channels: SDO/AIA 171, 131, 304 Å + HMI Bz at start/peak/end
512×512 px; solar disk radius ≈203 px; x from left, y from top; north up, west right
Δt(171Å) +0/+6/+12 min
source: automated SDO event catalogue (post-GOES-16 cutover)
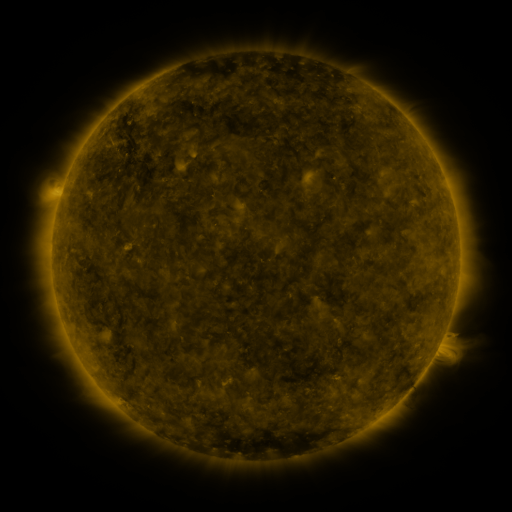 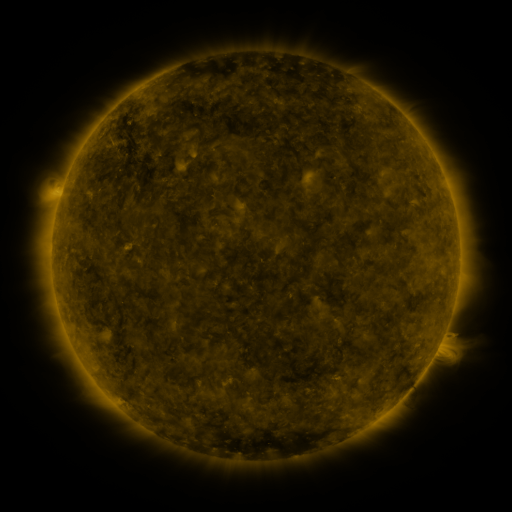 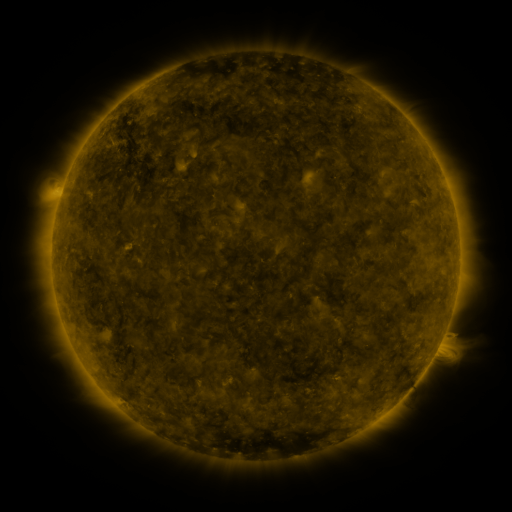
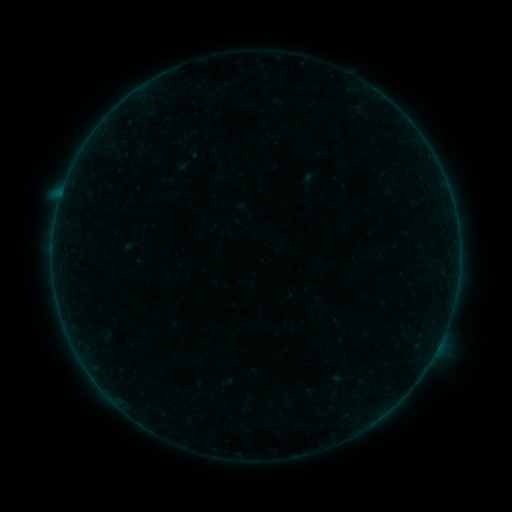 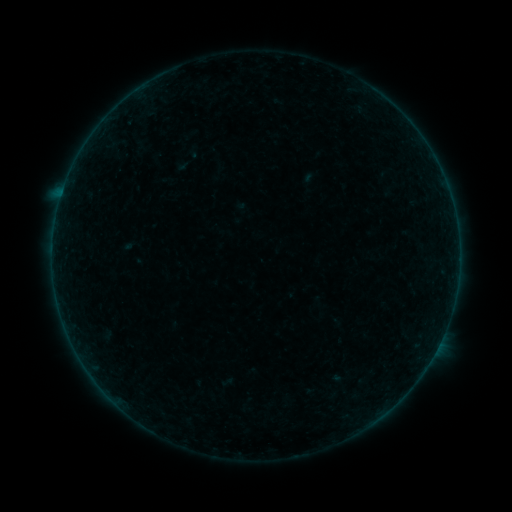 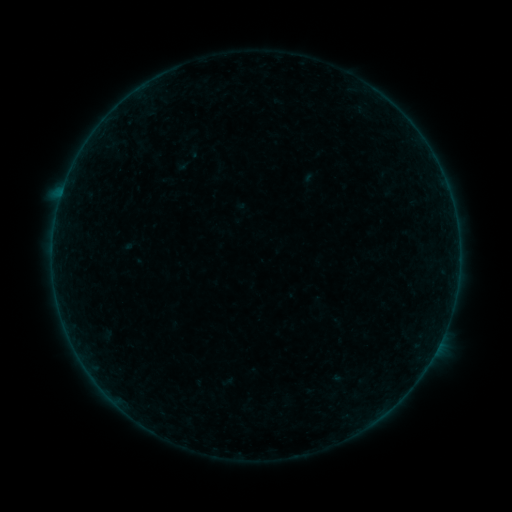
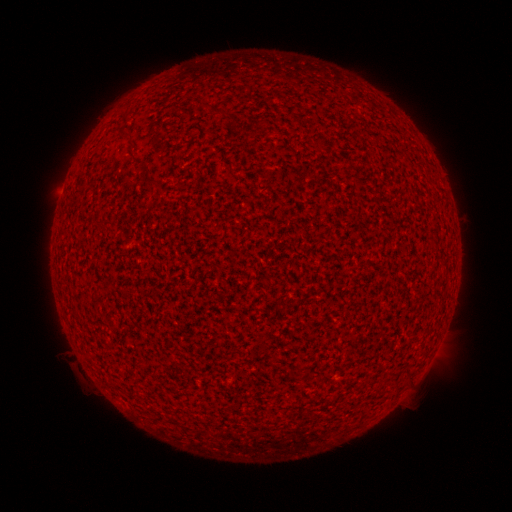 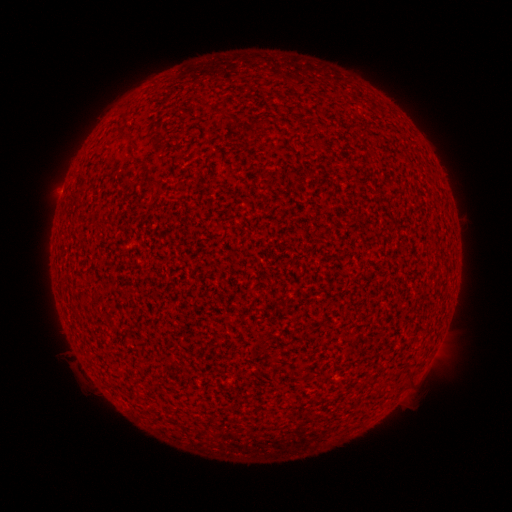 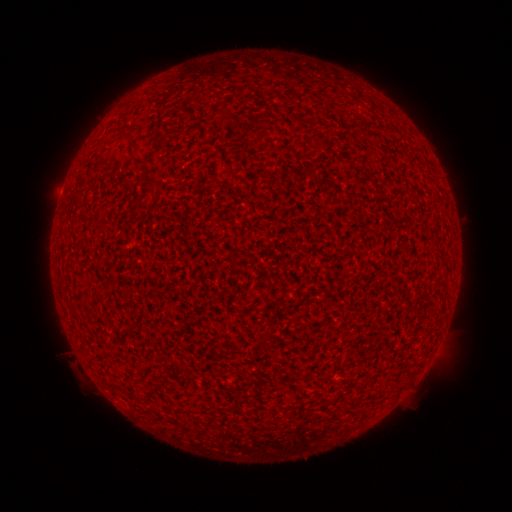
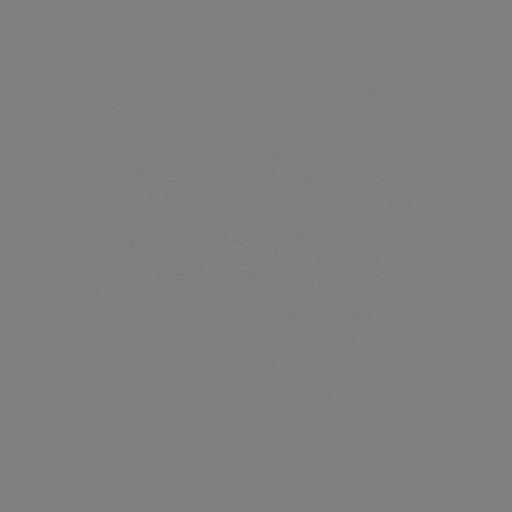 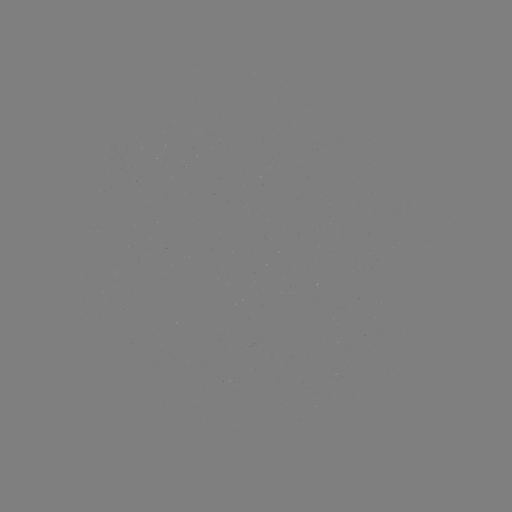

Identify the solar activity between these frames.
A2.8 flare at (62, 193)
